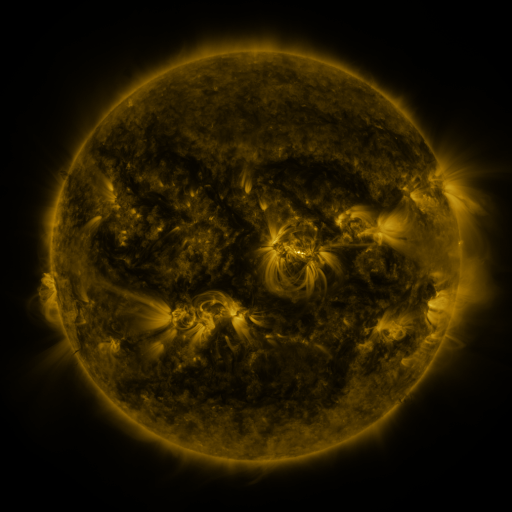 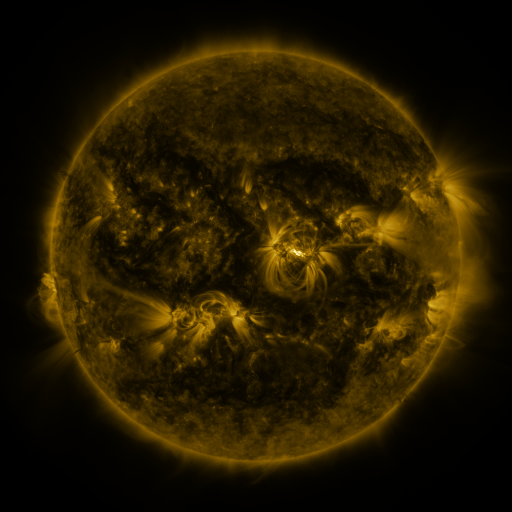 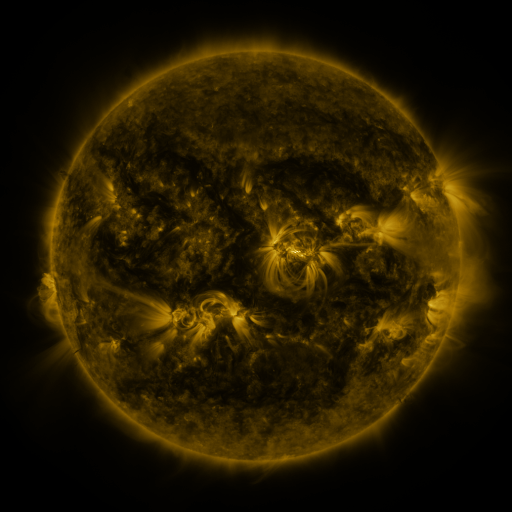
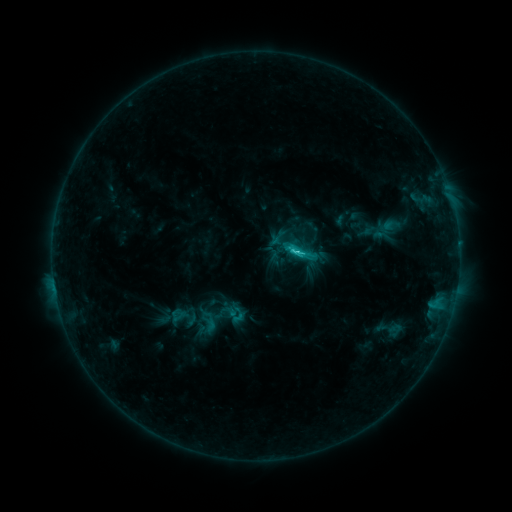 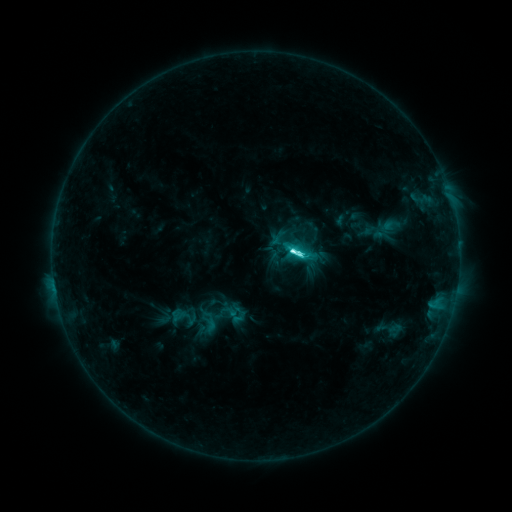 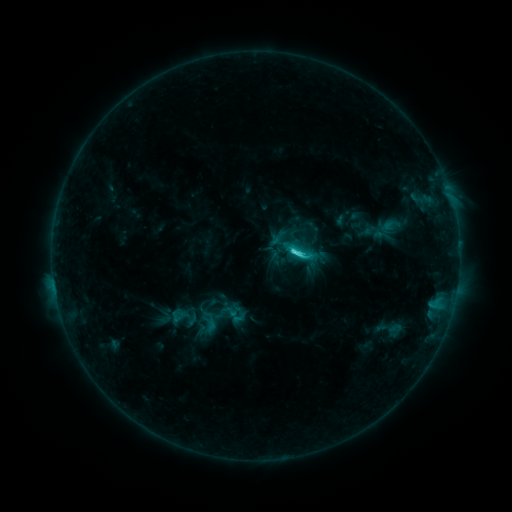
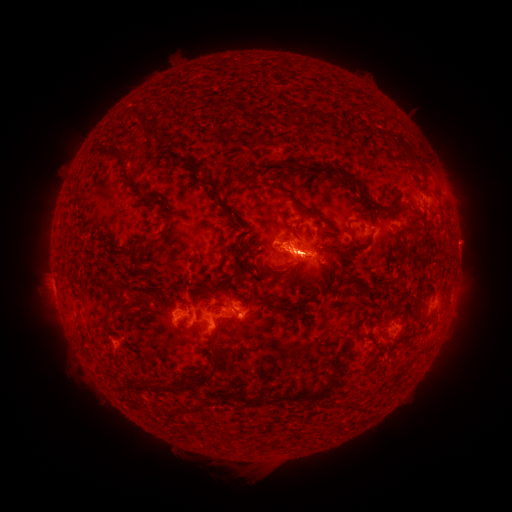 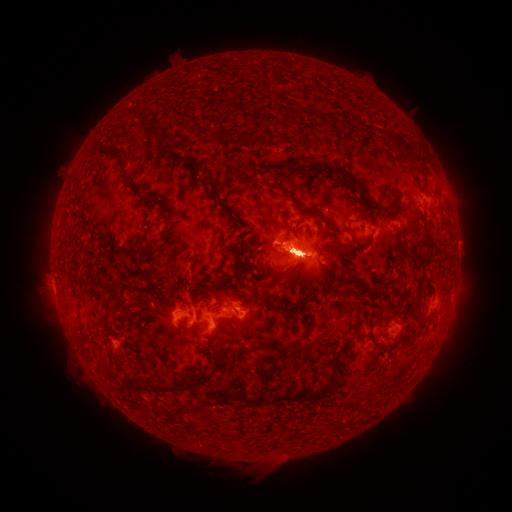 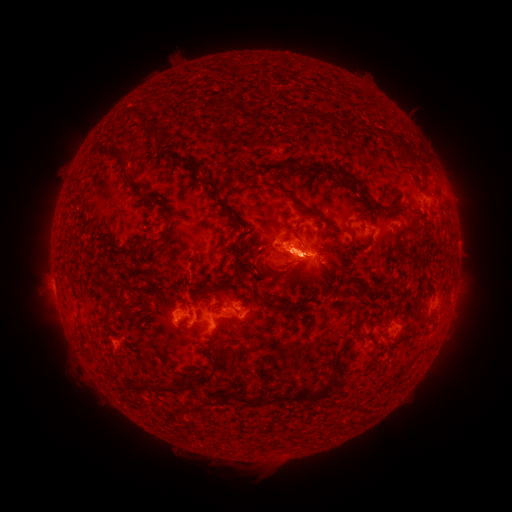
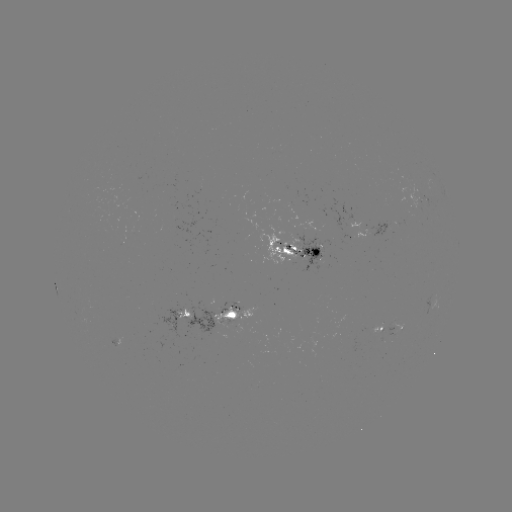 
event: eruption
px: (302, 260)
